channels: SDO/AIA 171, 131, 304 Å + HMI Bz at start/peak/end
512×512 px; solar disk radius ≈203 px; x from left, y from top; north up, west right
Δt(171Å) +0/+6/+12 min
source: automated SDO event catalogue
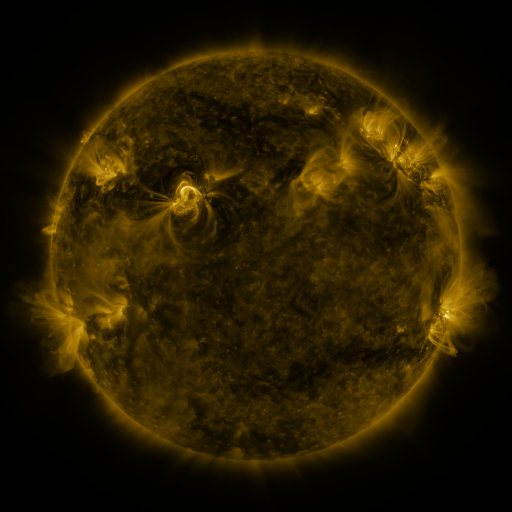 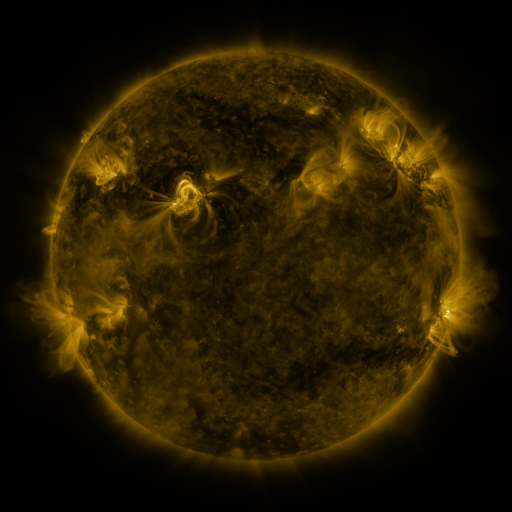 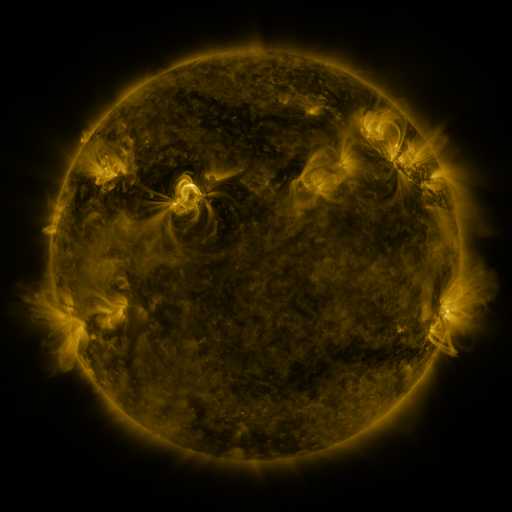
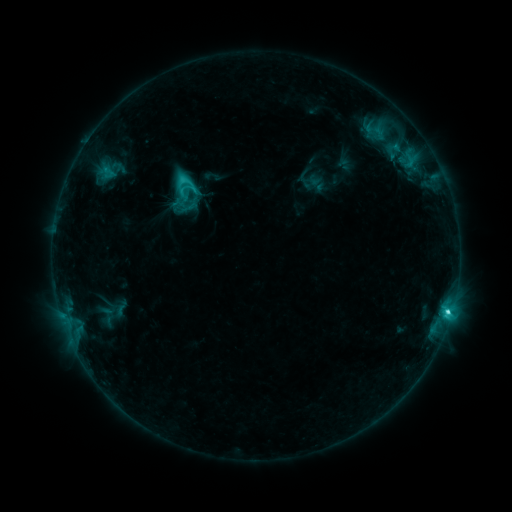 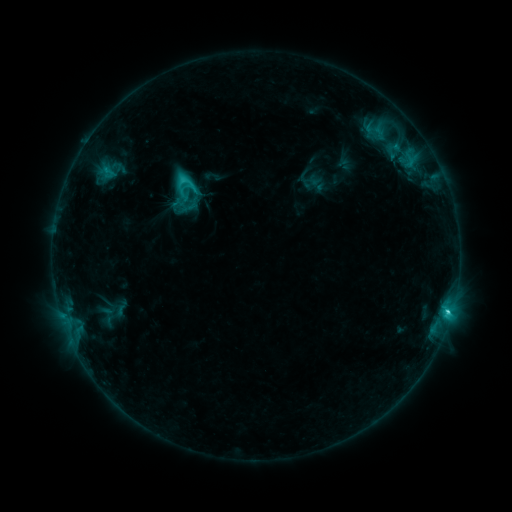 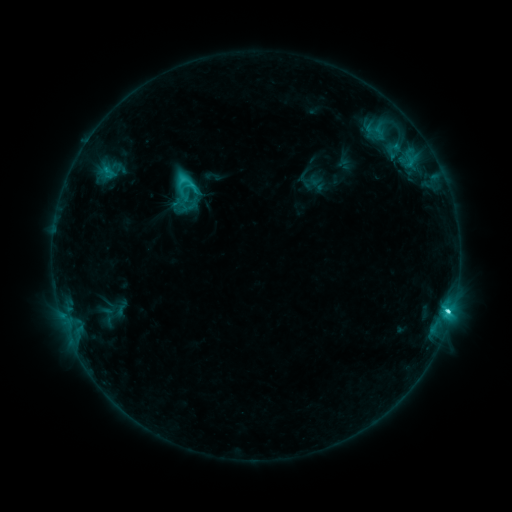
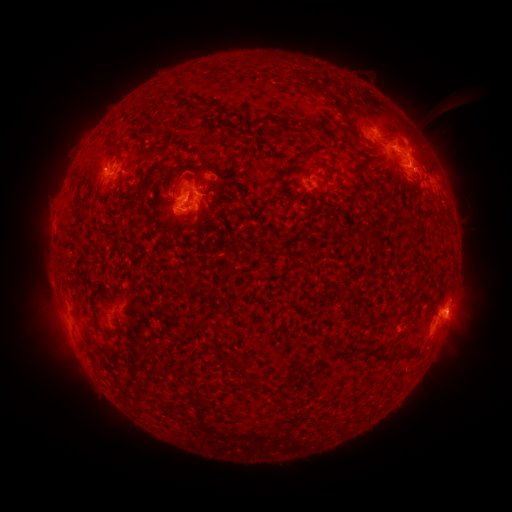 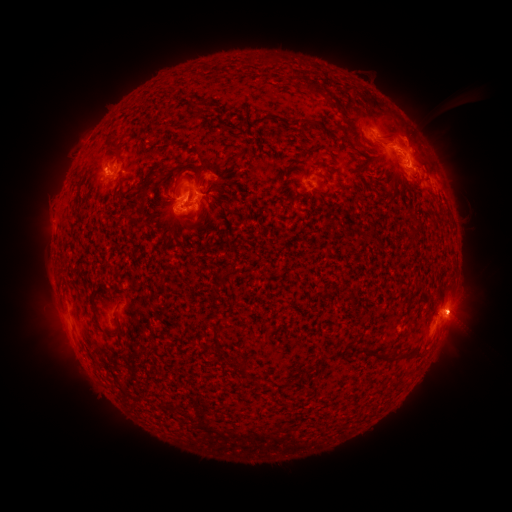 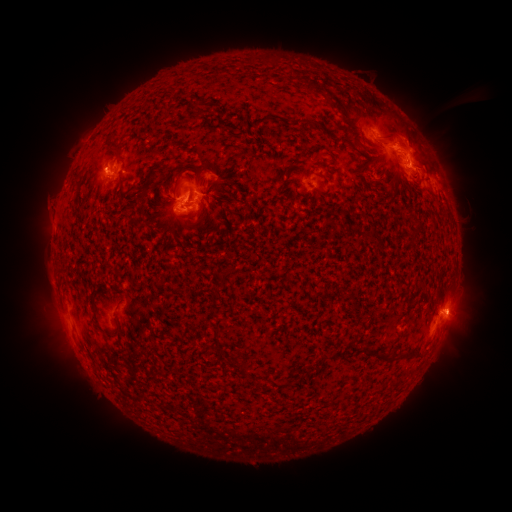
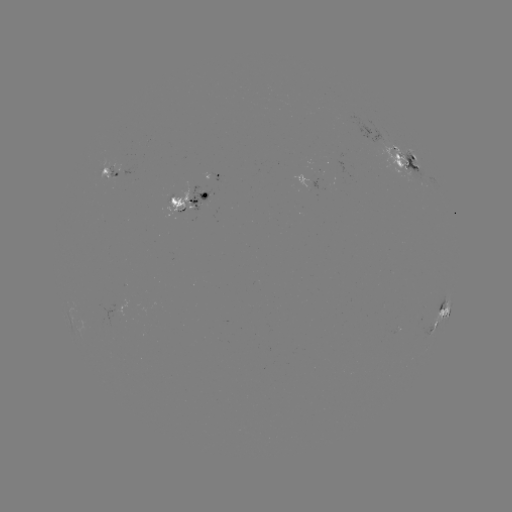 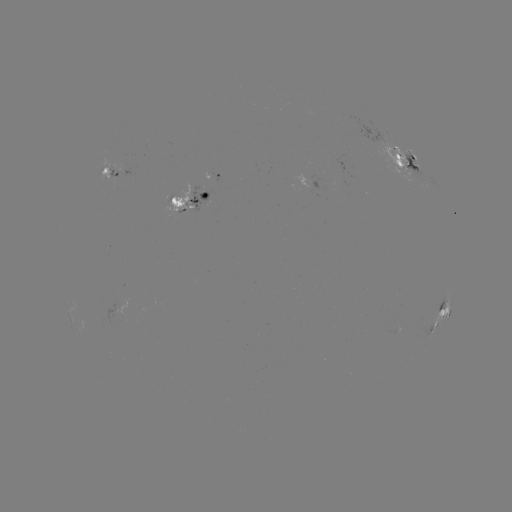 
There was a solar flare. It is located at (447, 306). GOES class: C5.1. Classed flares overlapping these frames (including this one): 1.